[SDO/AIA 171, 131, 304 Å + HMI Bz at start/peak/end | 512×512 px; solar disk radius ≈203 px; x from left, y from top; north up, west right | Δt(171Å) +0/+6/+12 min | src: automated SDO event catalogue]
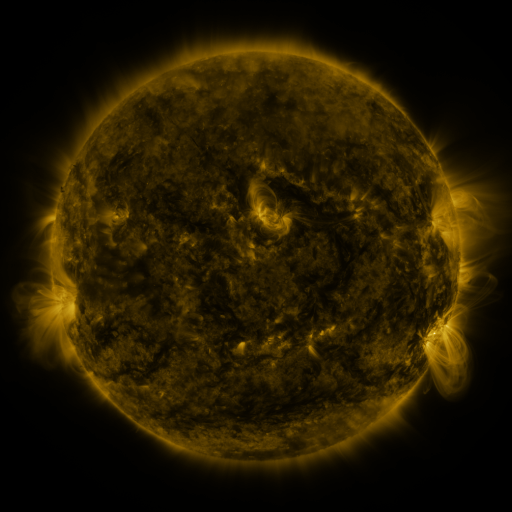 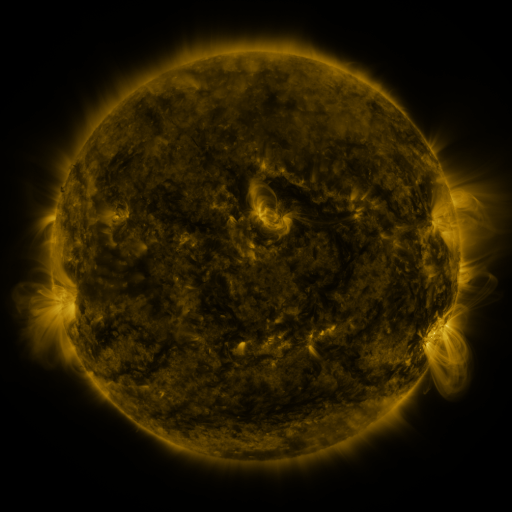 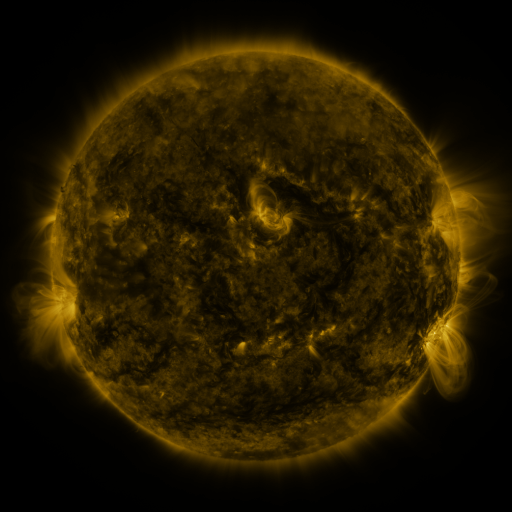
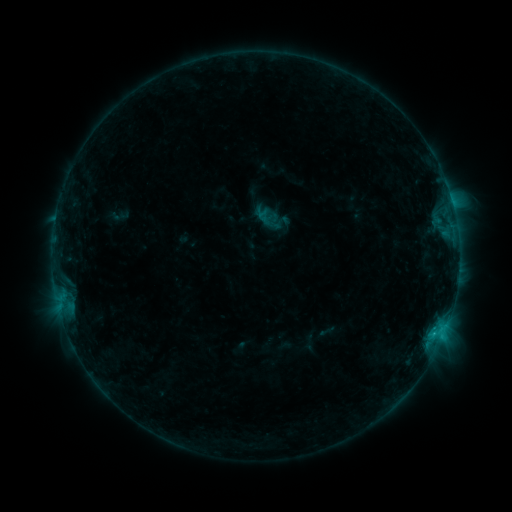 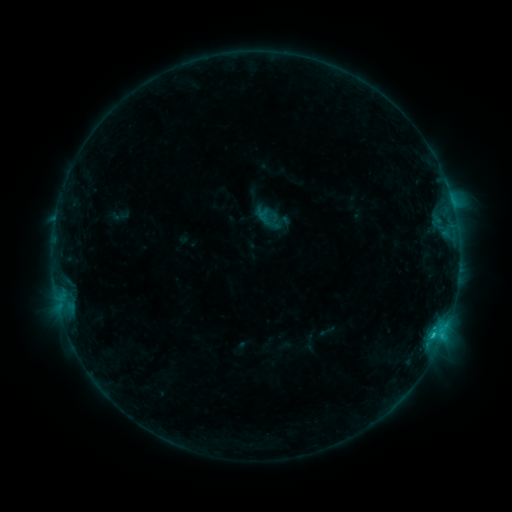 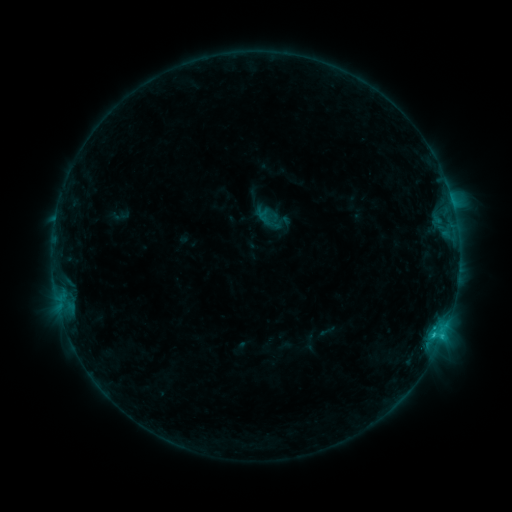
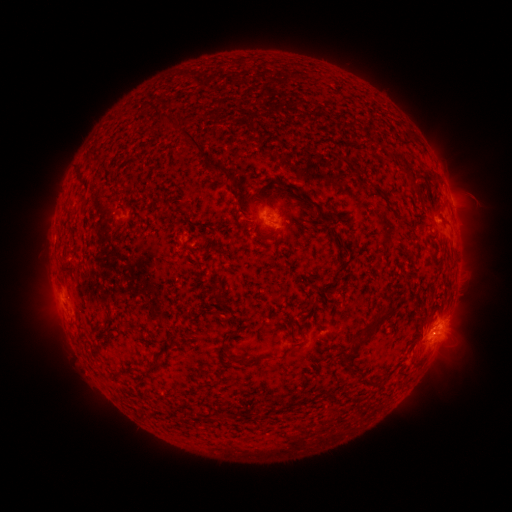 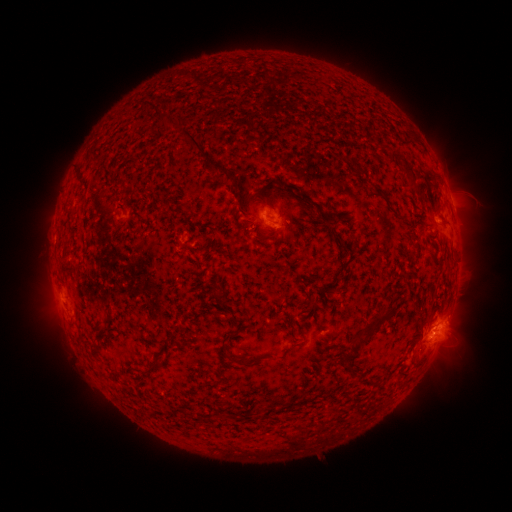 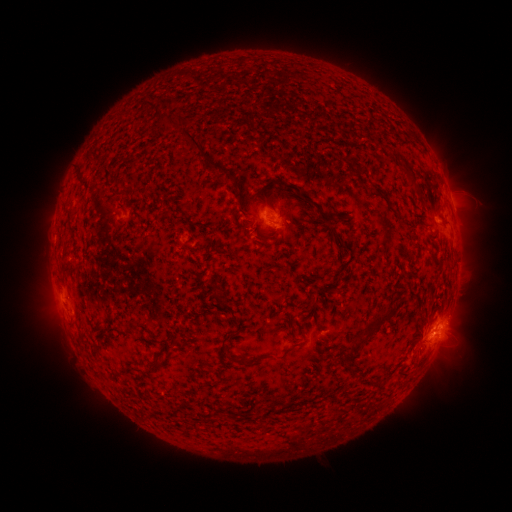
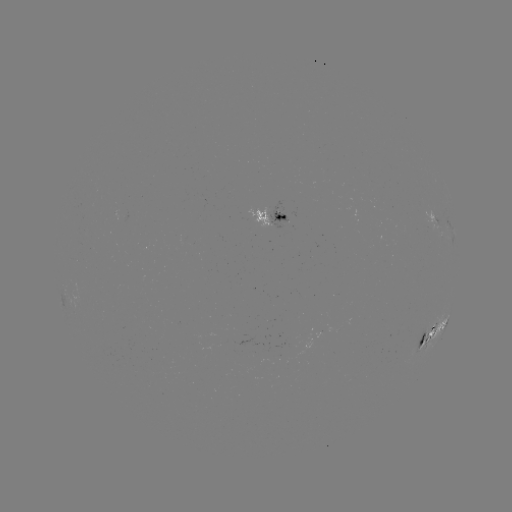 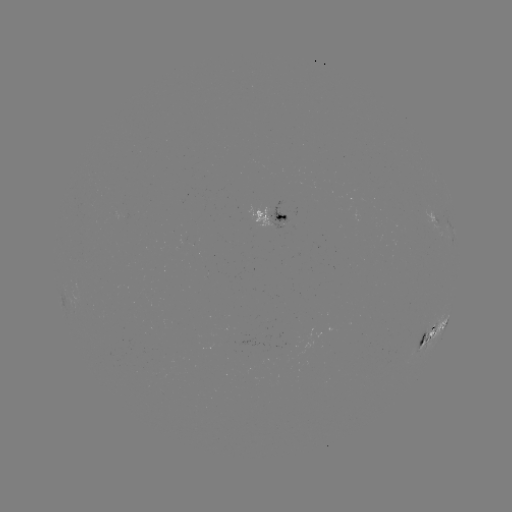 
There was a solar flare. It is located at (433, 333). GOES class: C1.5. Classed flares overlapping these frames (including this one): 1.